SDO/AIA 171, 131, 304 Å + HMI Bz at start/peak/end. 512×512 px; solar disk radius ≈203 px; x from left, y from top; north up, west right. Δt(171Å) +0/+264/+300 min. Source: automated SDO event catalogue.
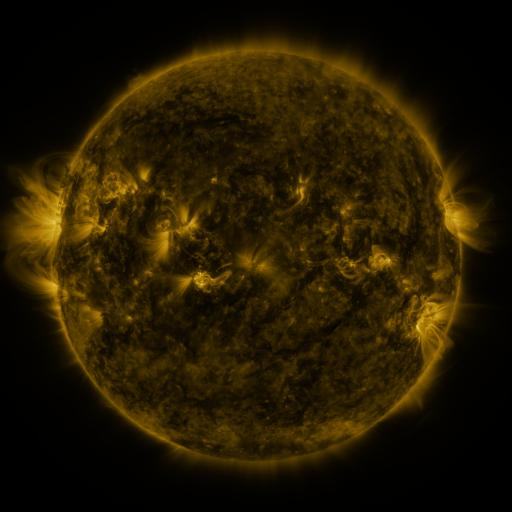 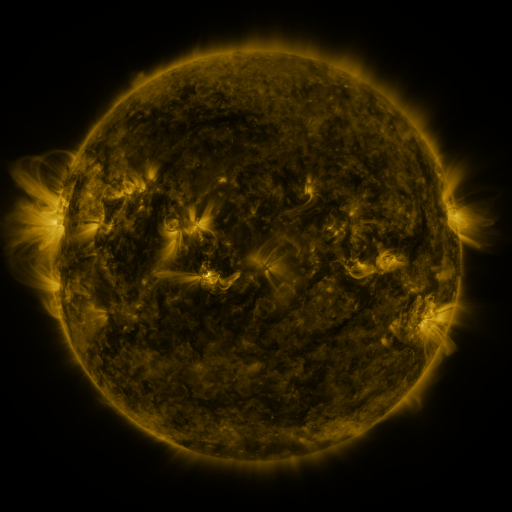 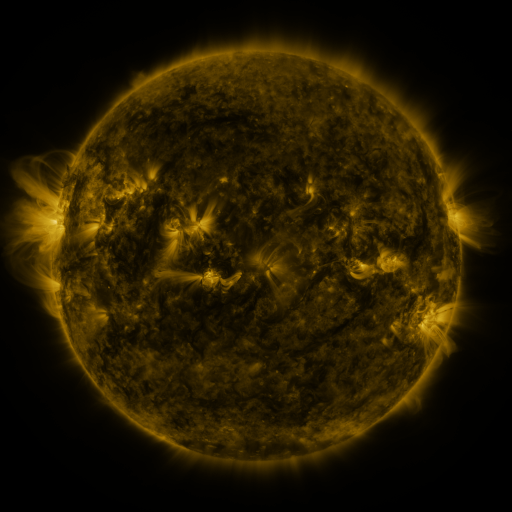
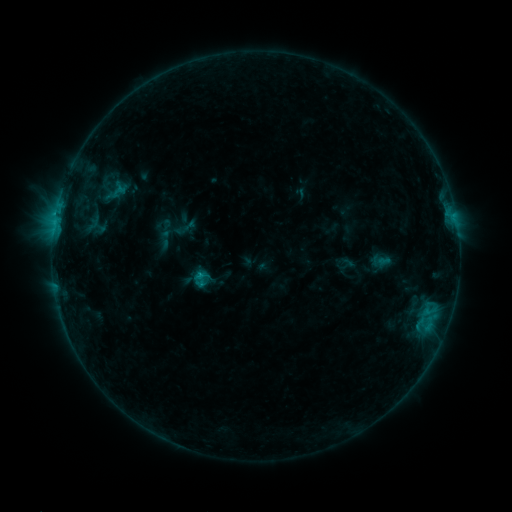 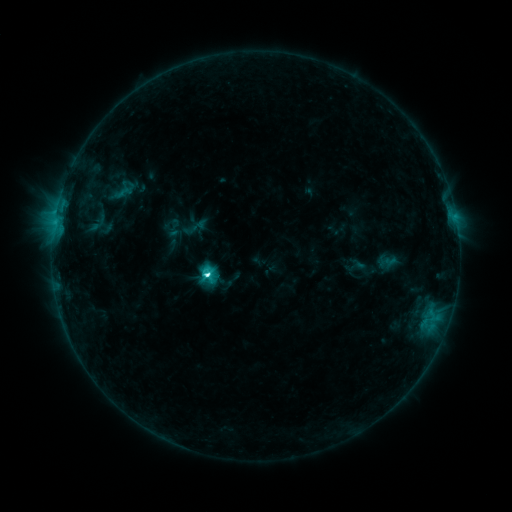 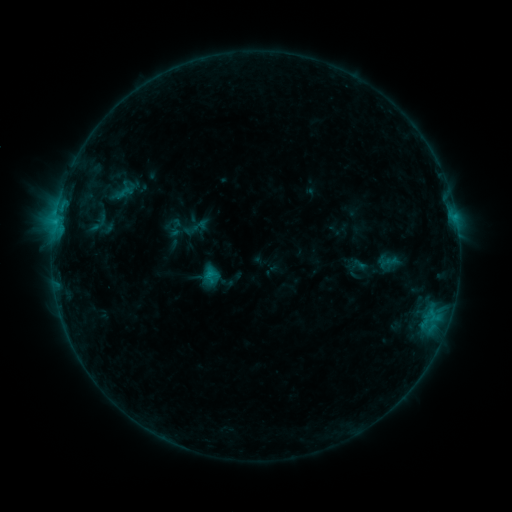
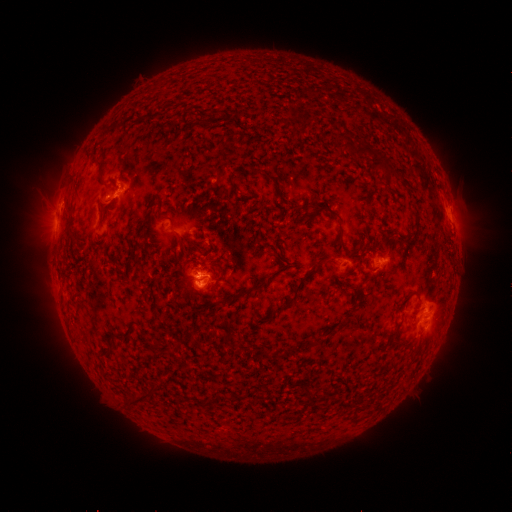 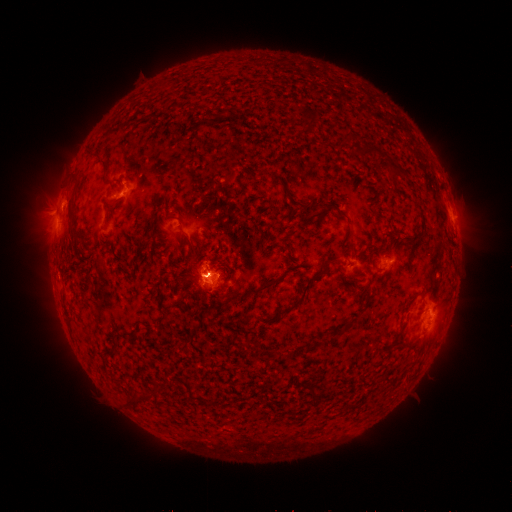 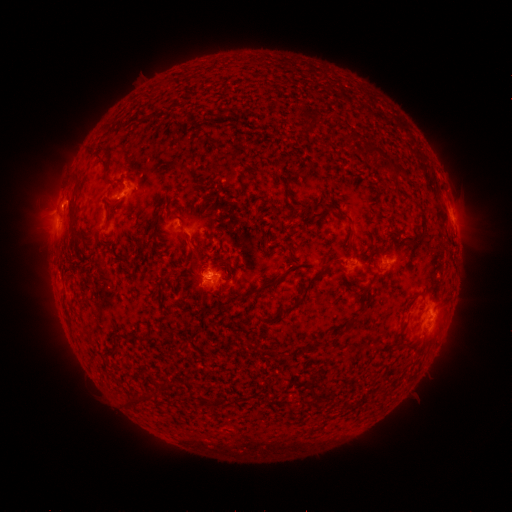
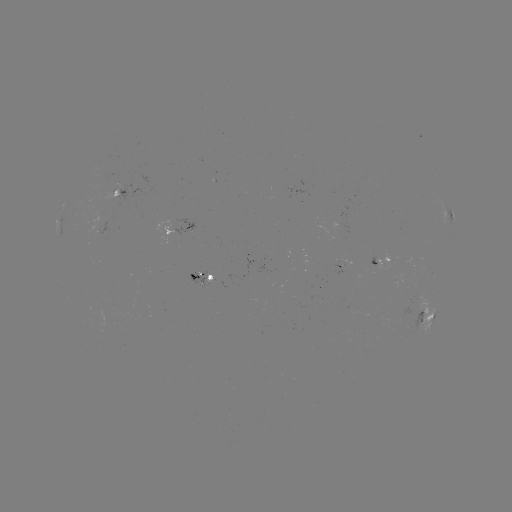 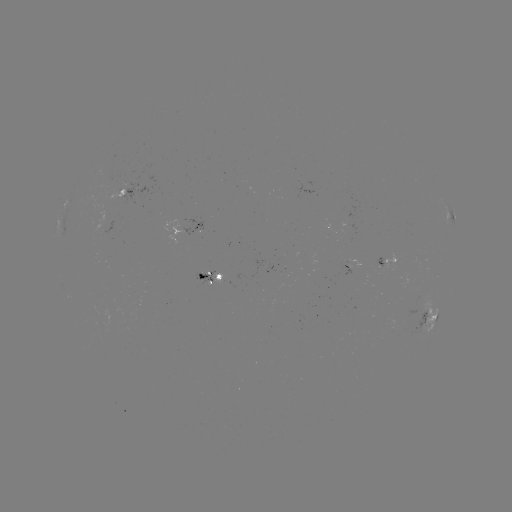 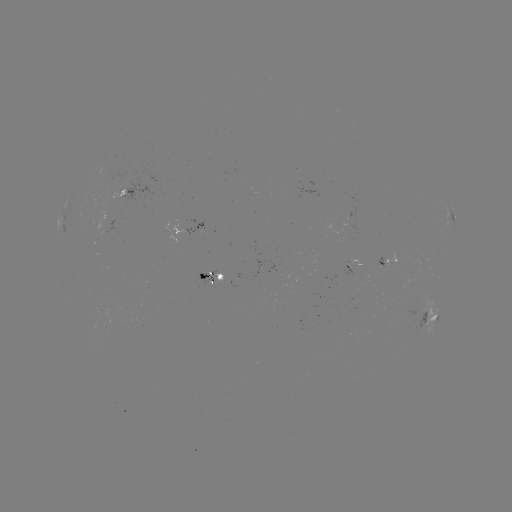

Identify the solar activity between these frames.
emerging-flux region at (215, 283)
